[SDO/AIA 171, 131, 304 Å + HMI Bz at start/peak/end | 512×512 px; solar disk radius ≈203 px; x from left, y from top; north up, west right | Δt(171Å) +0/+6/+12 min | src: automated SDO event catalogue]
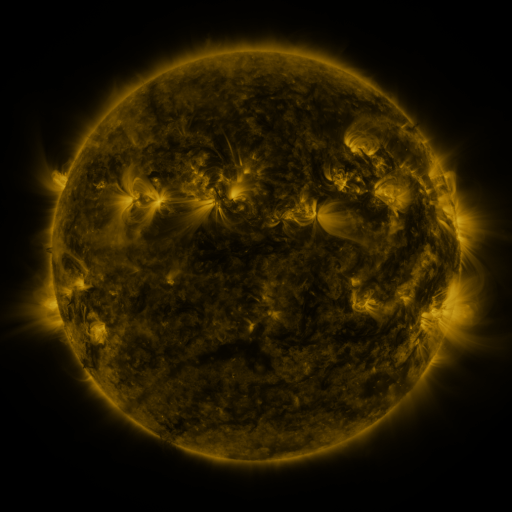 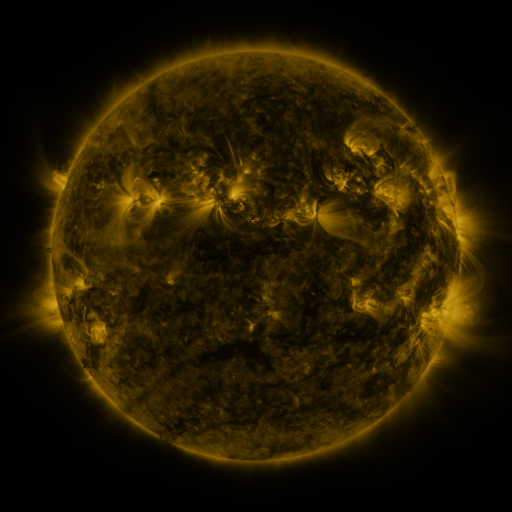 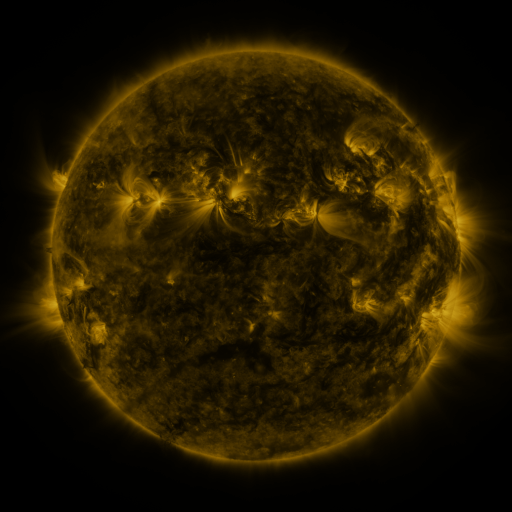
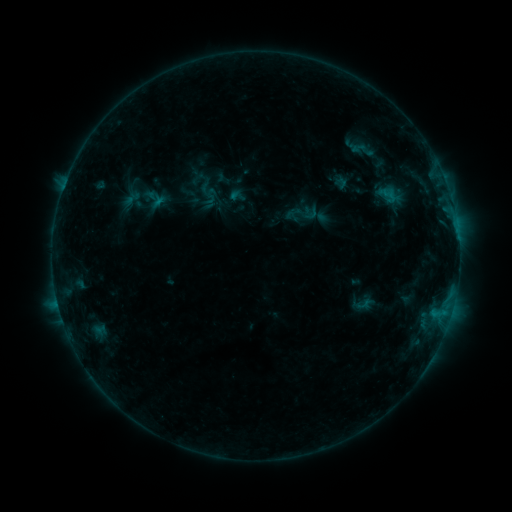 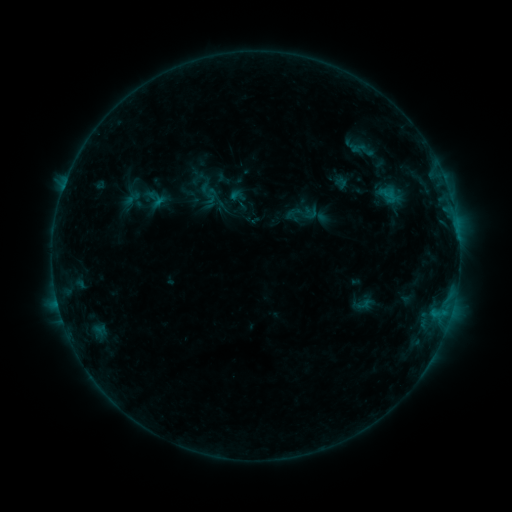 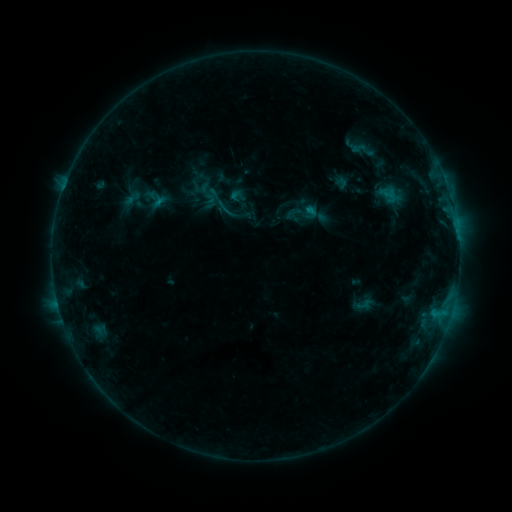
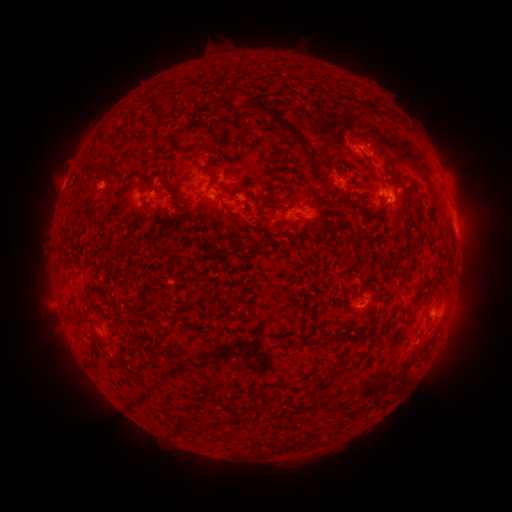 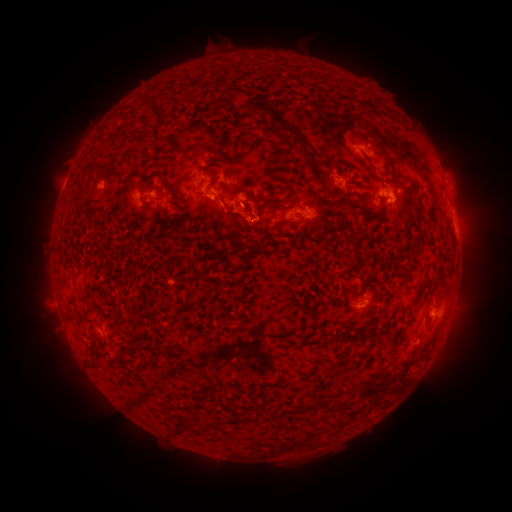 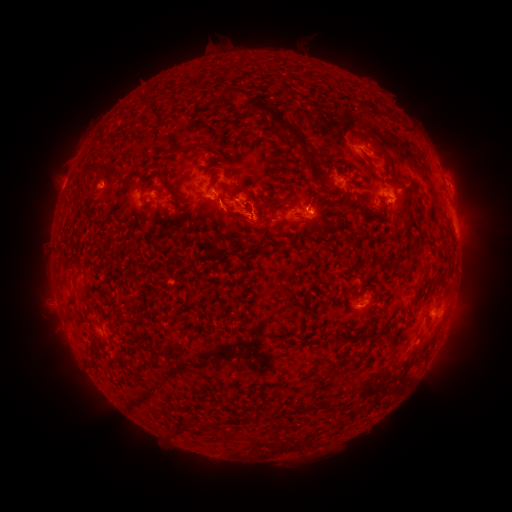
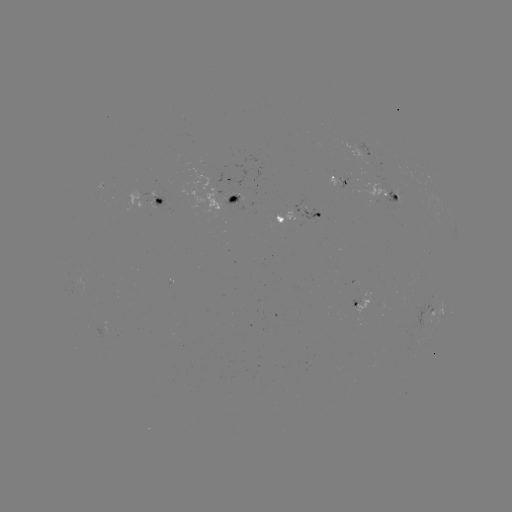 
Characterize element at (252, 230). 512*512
eruption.